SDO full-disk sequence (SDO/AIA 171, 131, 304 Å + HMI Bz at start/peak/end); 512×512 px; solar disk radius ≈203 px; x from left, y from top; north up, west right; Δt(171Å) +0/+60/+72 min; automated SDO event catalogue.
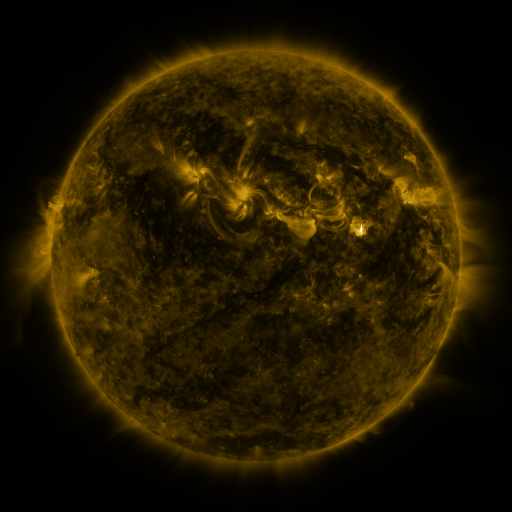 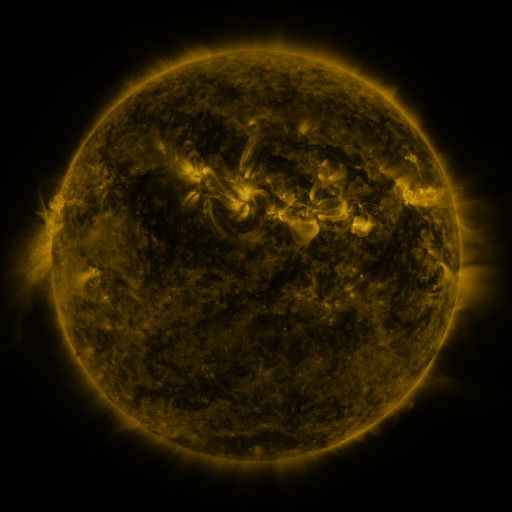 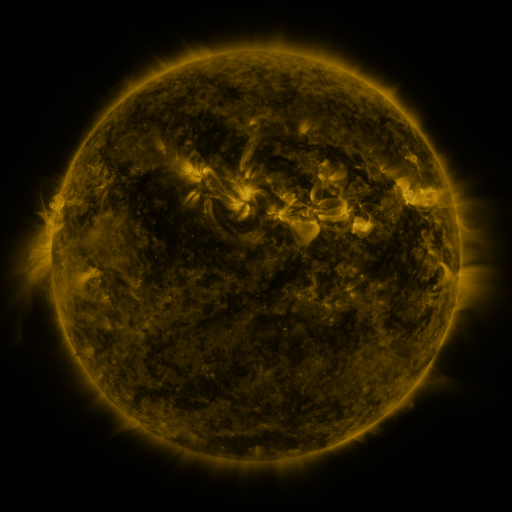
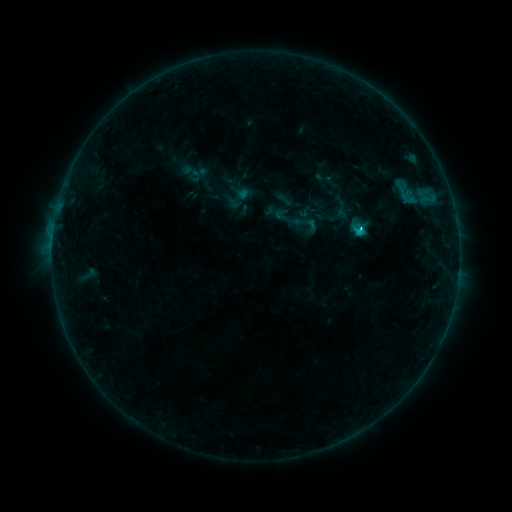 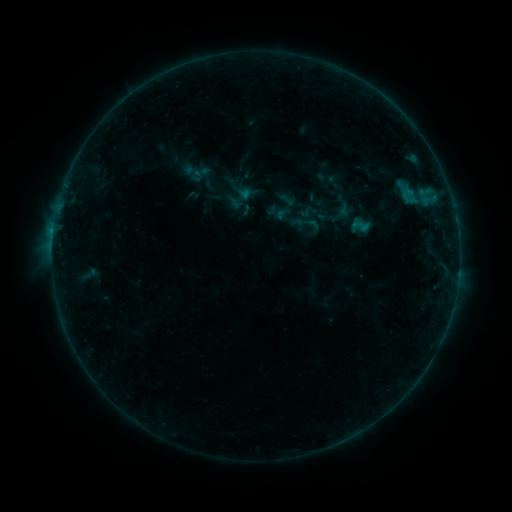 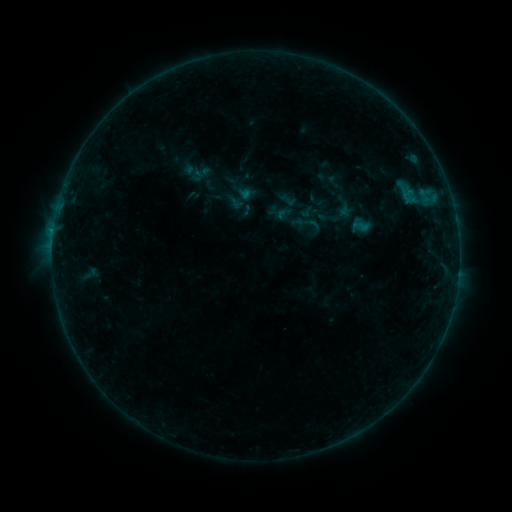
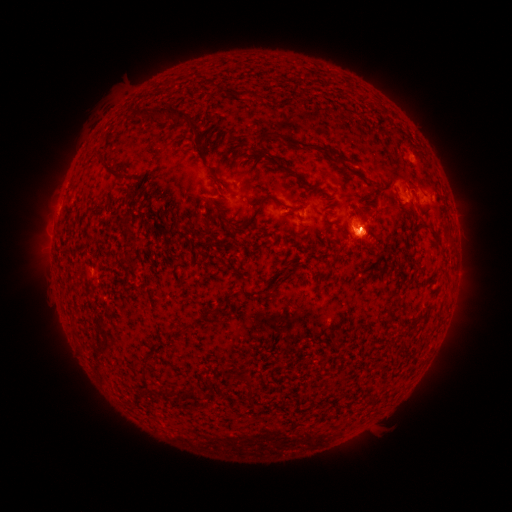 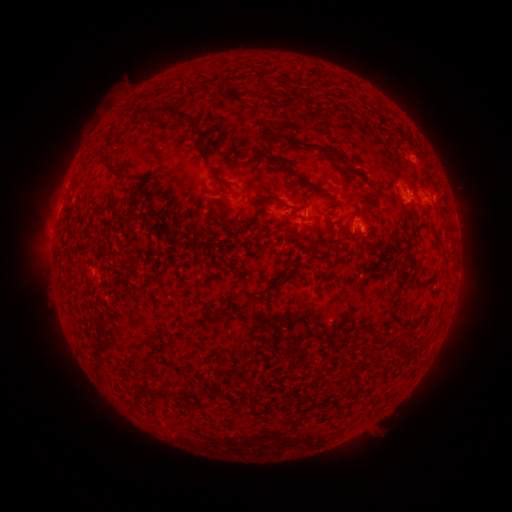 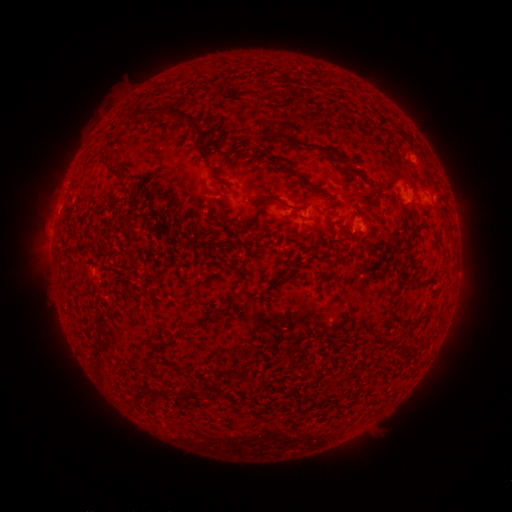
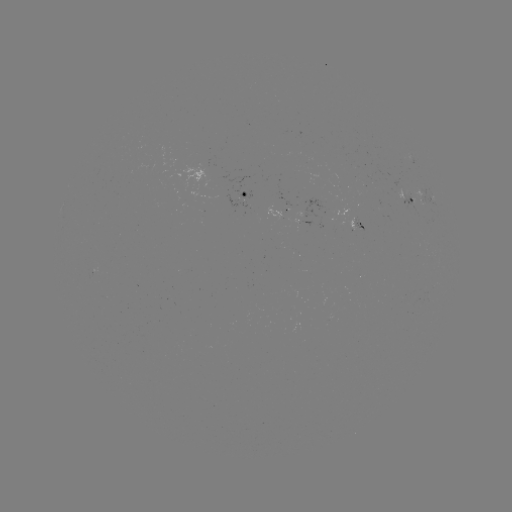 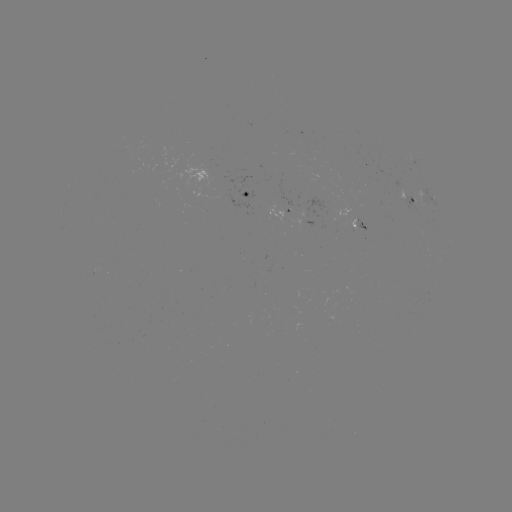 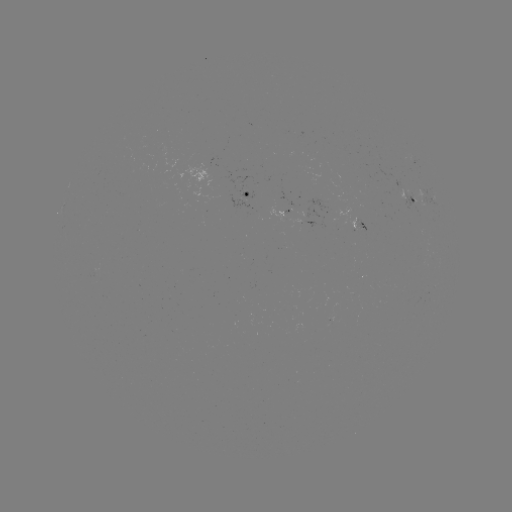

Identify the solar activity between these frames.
emerging-flux region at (401, 191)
